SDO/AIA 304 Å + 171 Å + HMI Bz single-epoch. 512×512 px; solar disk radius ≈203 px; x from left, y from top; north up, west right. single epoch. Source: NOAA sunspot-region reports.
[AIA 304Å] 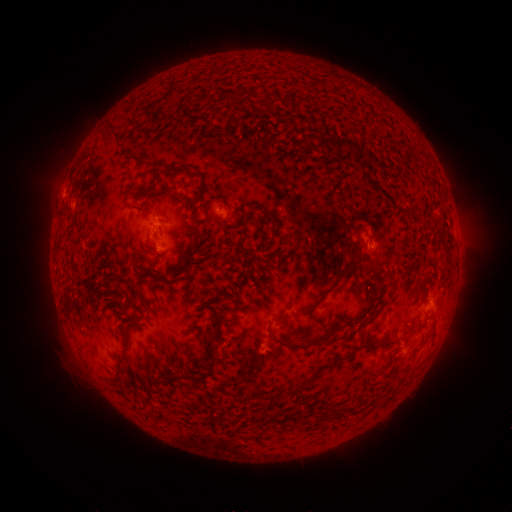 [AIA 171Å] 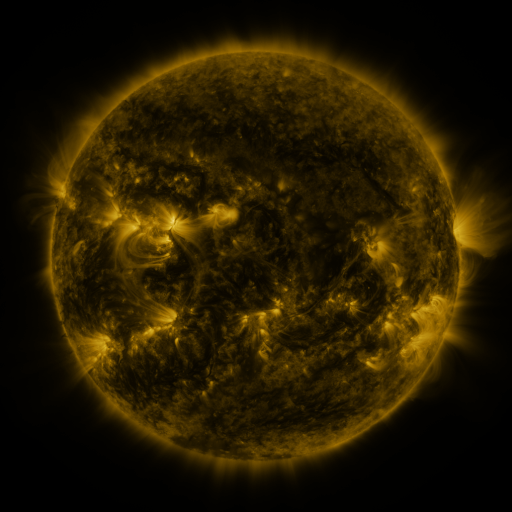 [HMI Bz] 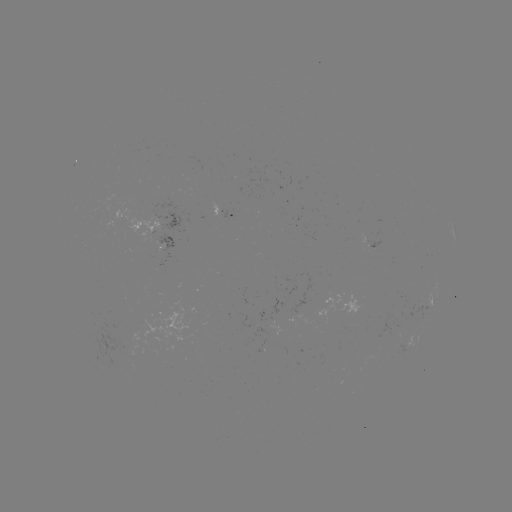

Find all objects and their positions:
spotted active region: (225, 212)
spotted active region: (164, 239)
spotted active region: (372, 242)
